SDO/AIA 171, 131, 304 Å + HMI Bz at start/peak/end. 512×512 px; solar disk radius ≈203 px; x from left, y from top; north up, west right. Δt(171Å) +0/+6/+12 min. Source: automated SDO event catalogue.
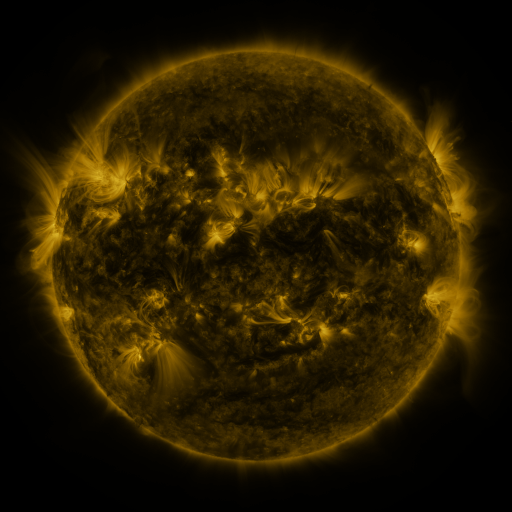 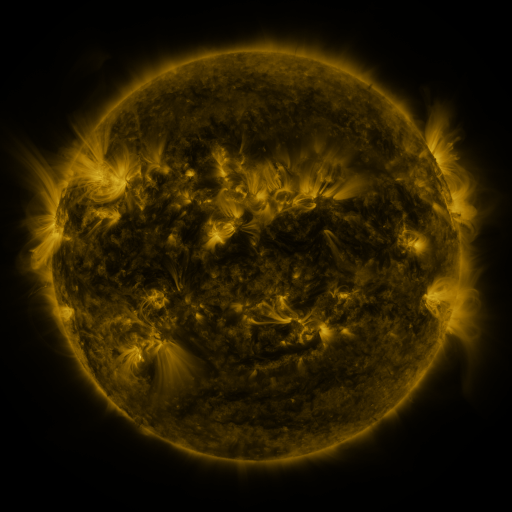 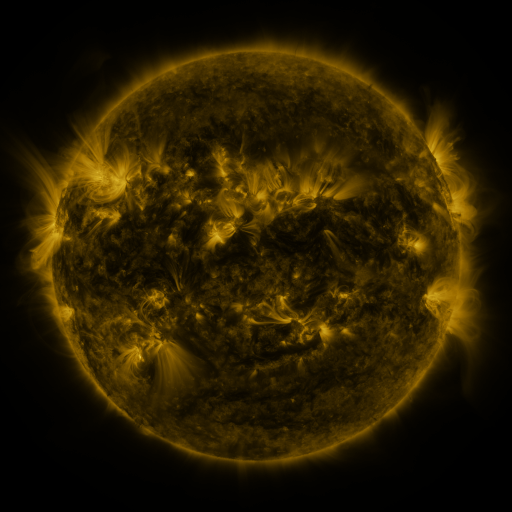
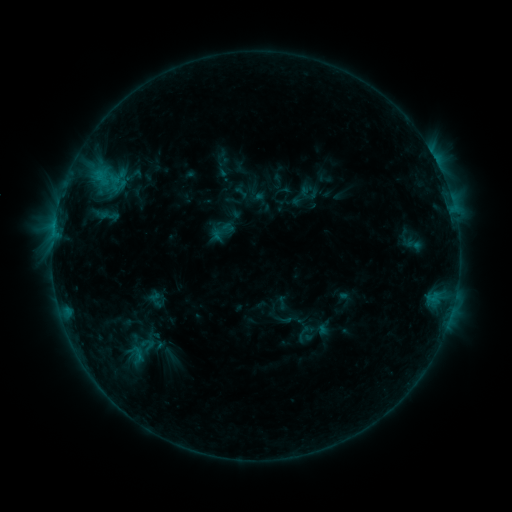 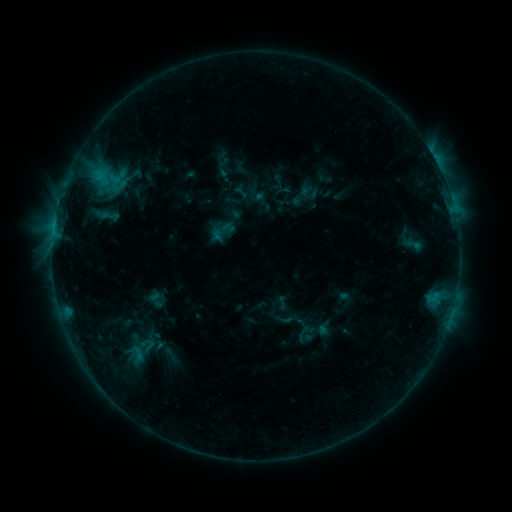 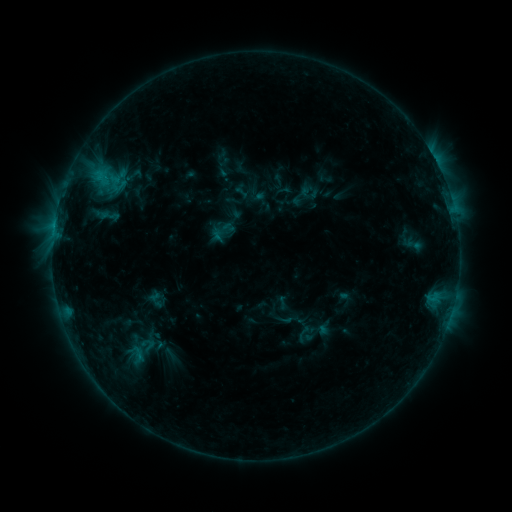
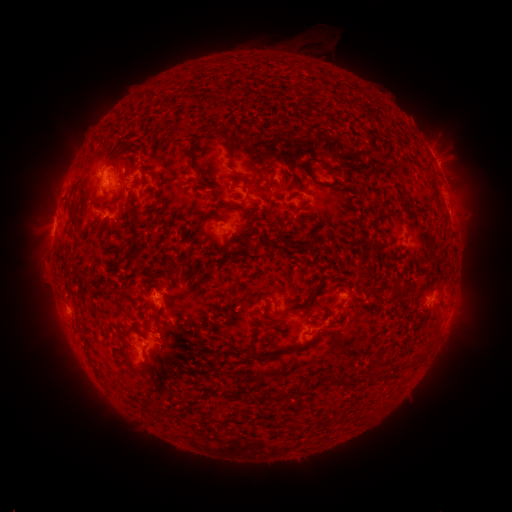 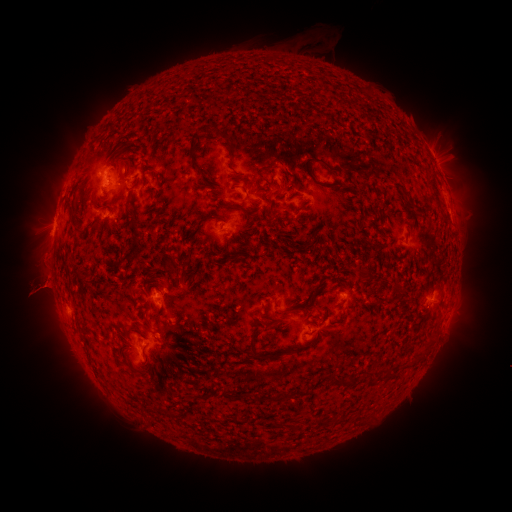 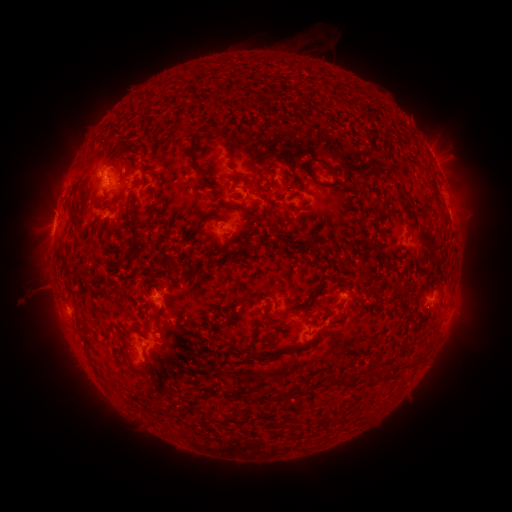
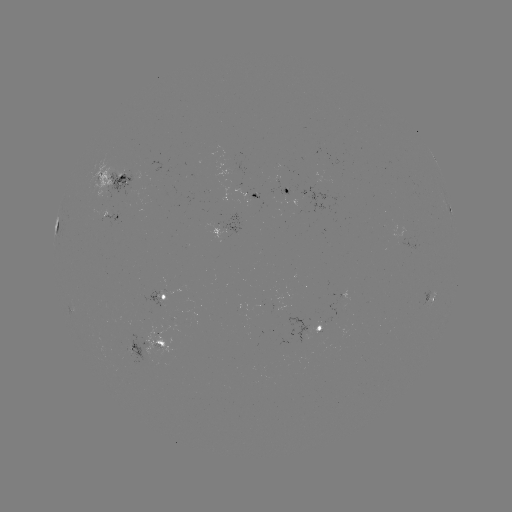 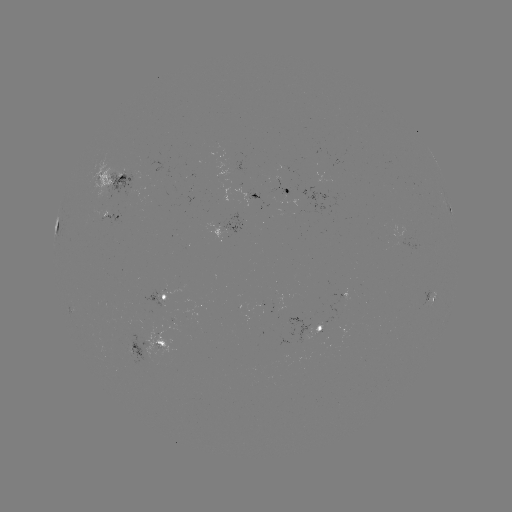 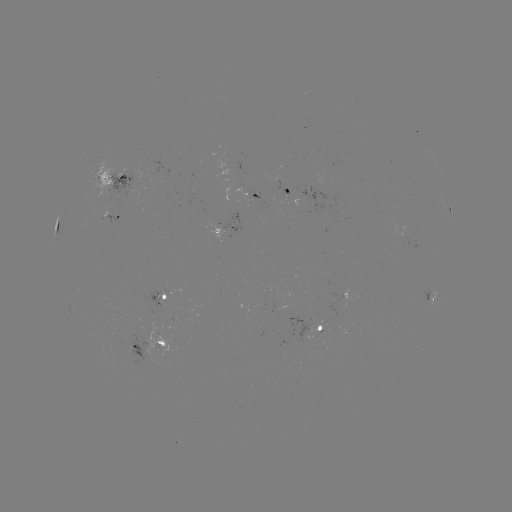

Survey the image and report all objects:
eruption: (40, 294)
